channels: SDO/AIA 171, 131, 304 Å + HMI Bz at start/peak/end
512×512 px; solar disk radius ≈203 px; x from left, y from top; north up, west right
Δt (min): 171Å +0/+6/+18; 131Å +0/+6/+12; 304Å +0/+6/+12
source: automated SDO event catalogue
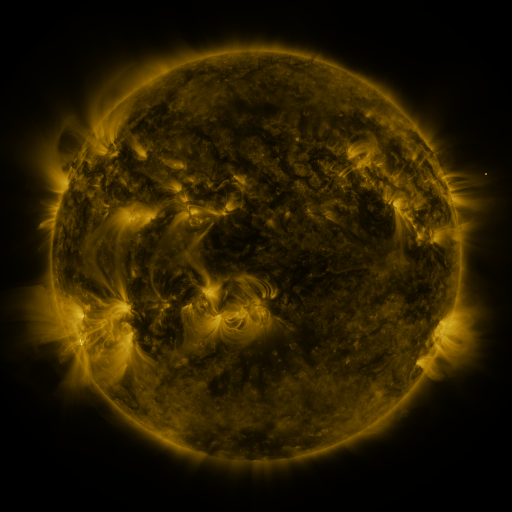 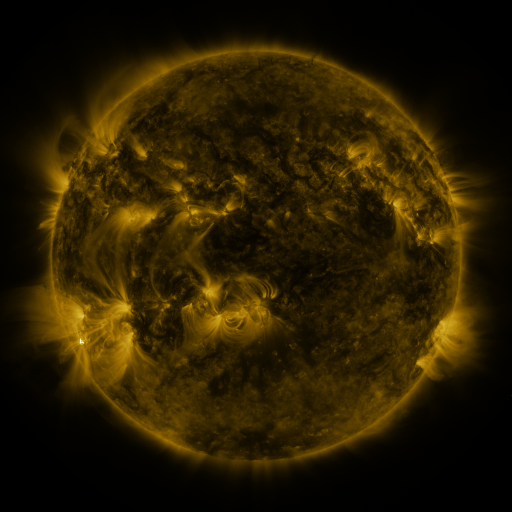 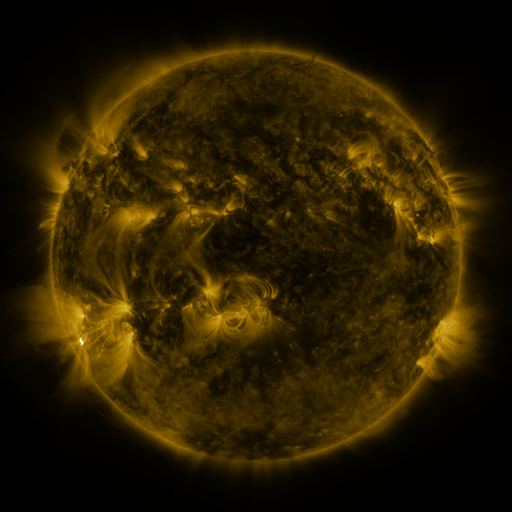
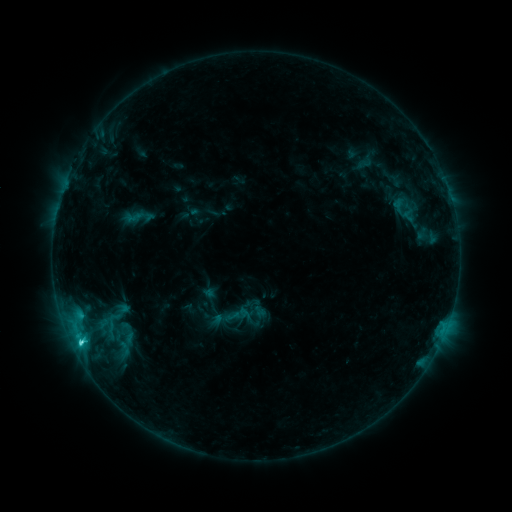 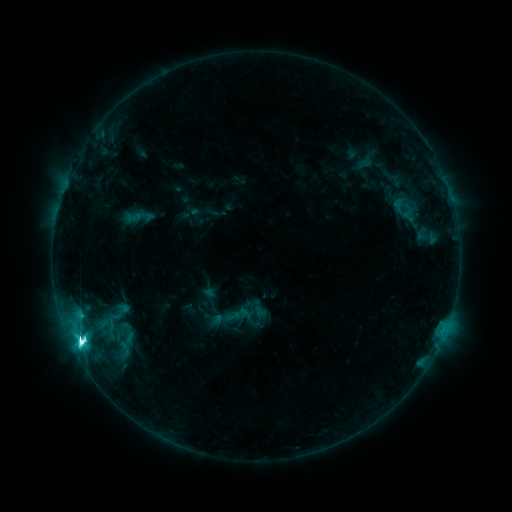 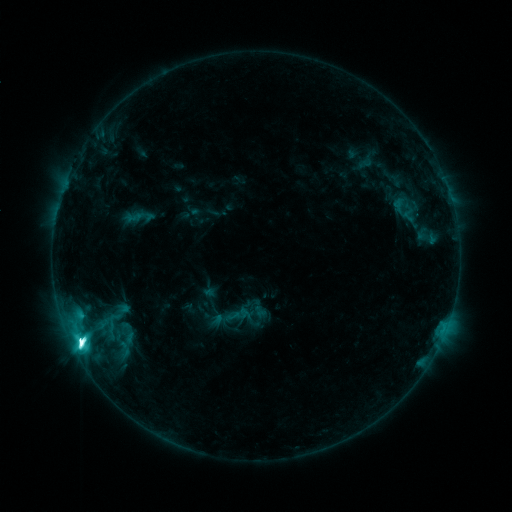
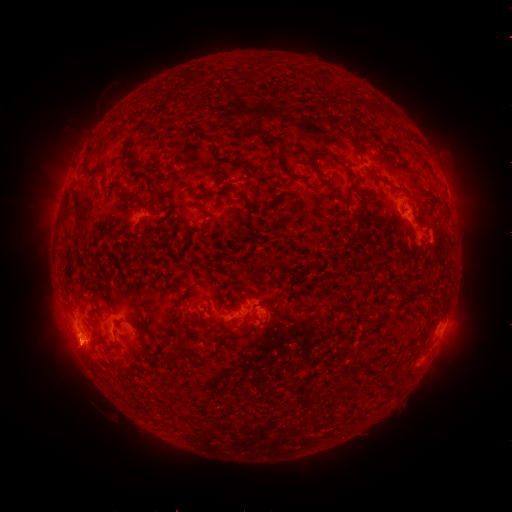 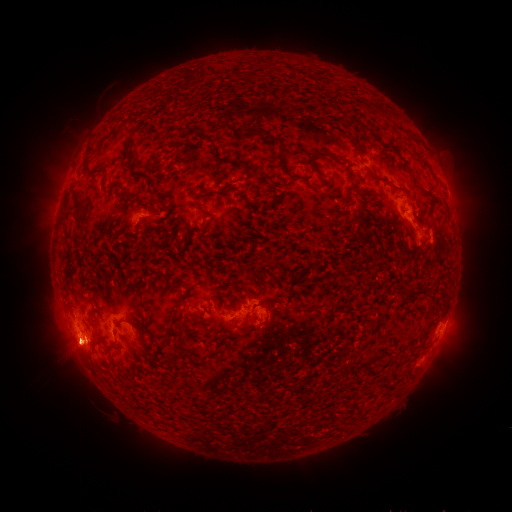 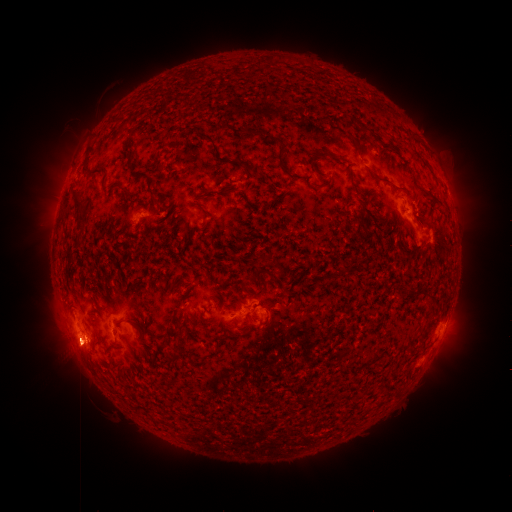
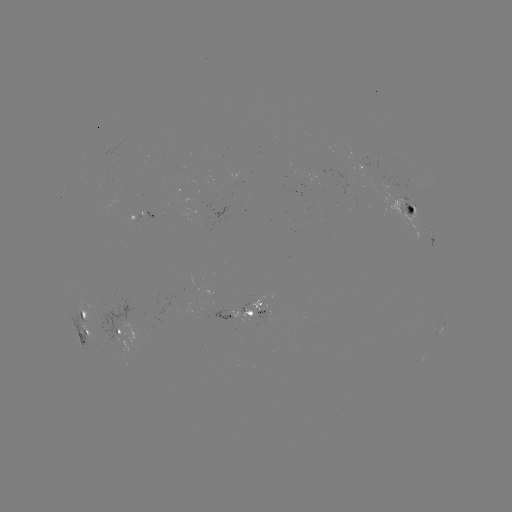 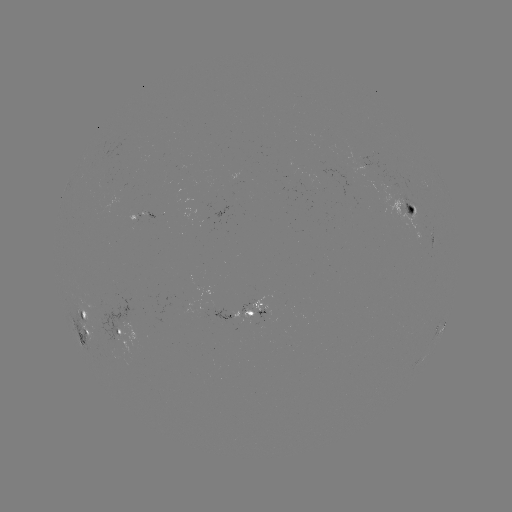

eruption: <bbox>29, 283, 142, 425</bbox>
